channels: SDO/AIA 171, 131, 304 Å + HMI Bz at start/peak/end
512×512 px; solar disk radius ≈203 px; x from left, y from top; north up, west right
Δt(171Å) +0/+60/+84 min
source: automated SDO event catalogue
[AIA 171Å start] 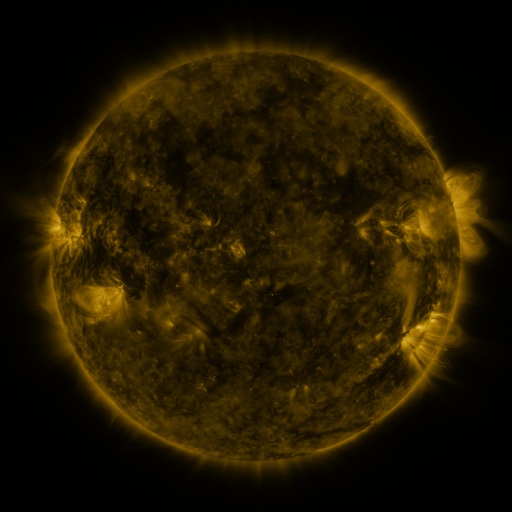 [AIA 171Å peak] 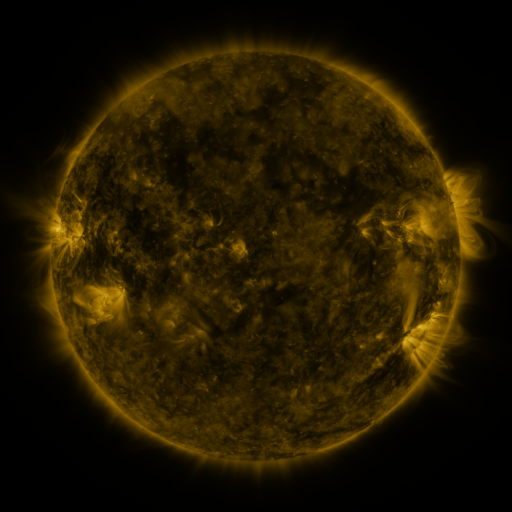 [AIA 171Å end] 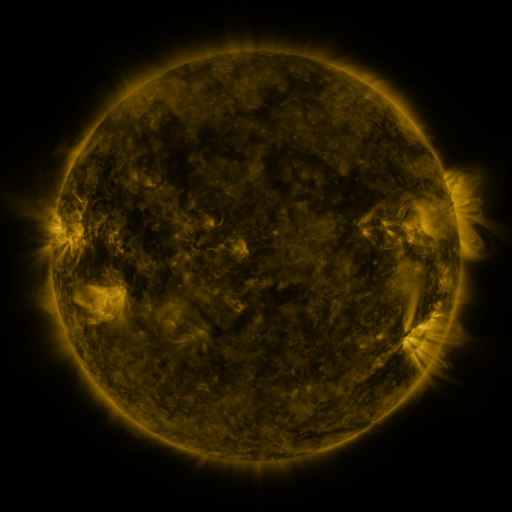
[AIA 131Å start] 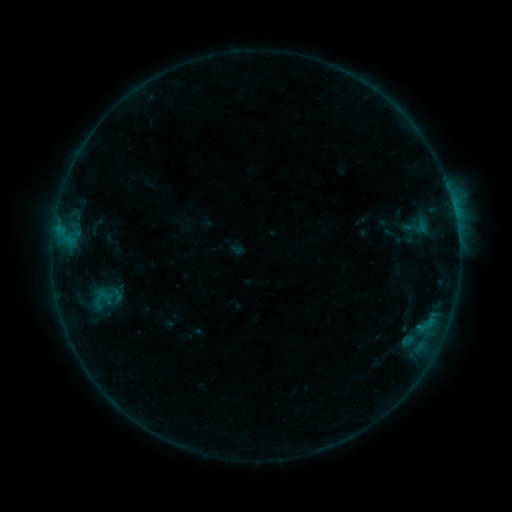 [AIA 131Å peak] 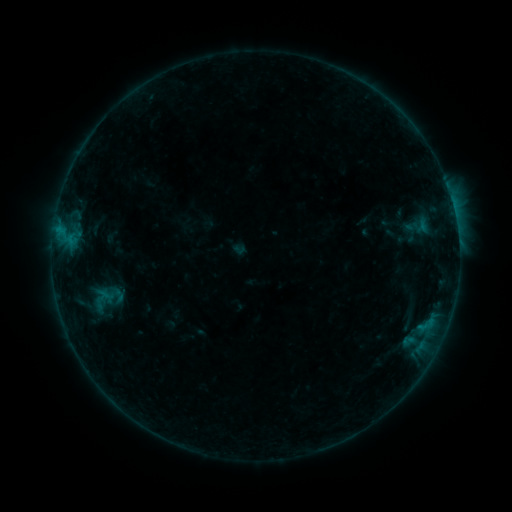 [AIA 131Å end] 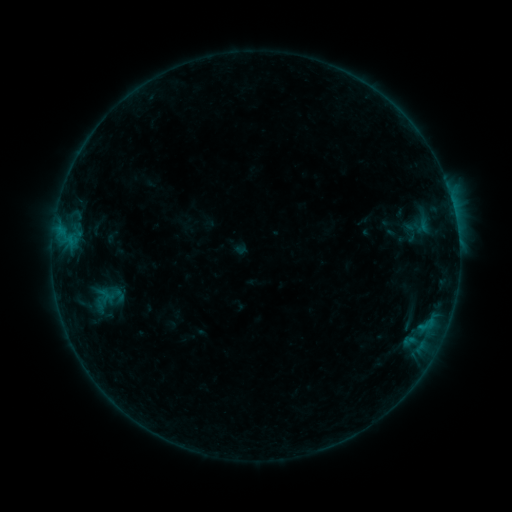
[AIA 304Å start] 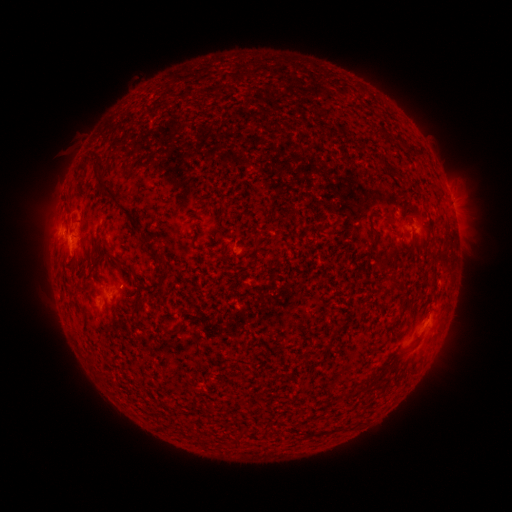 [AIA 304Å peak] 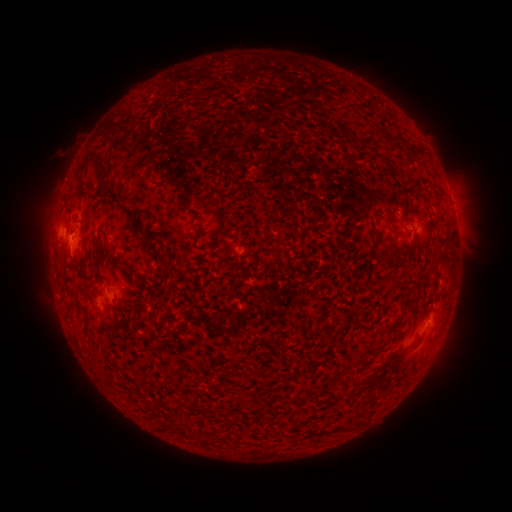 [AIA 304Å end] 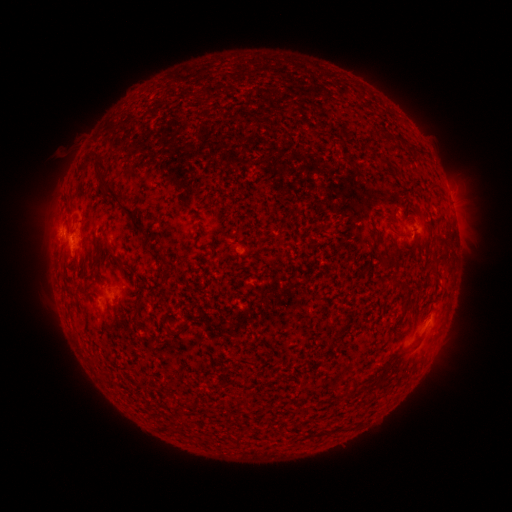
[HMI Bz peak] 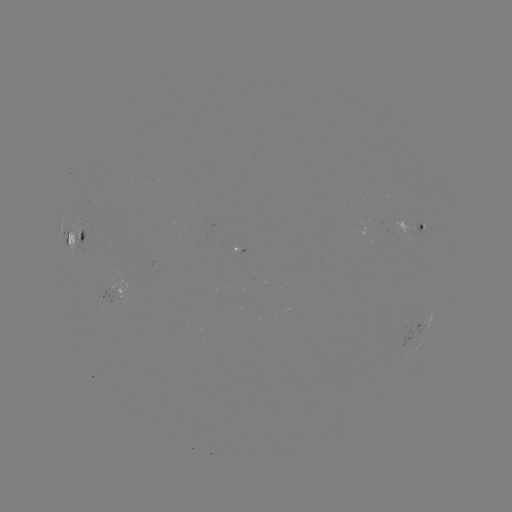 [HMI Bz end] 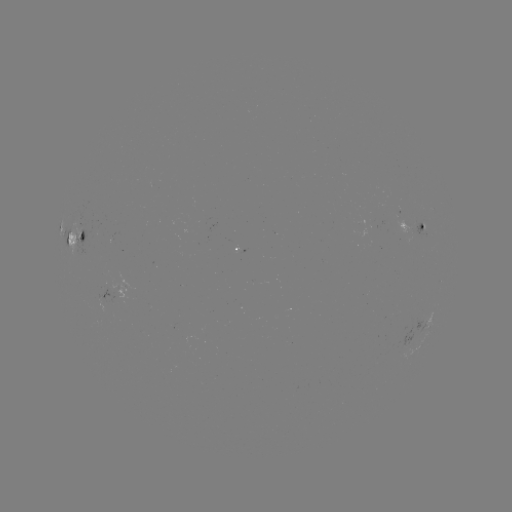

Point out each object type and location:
emerging-flux region: (400, 222)
